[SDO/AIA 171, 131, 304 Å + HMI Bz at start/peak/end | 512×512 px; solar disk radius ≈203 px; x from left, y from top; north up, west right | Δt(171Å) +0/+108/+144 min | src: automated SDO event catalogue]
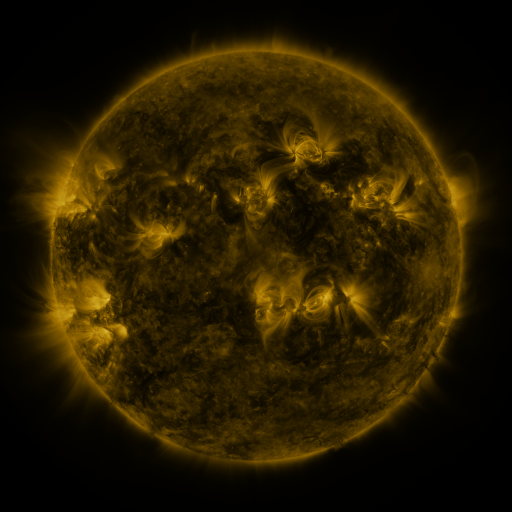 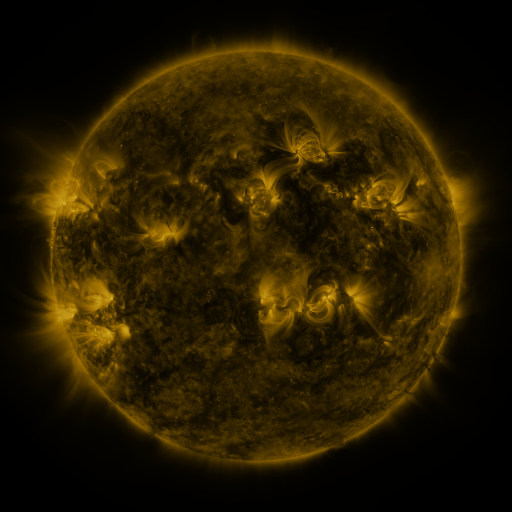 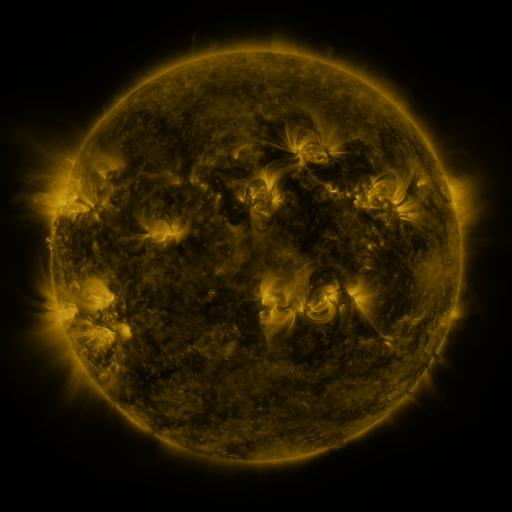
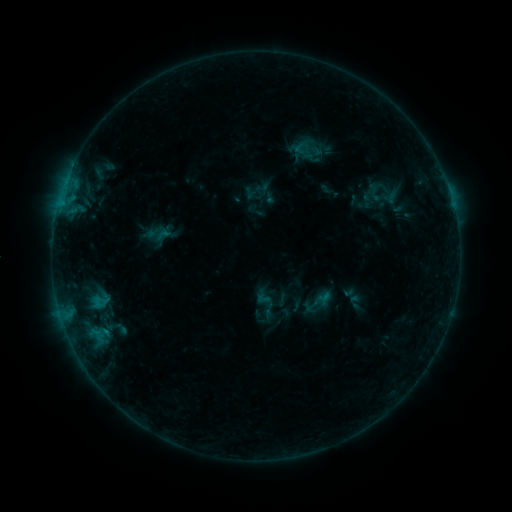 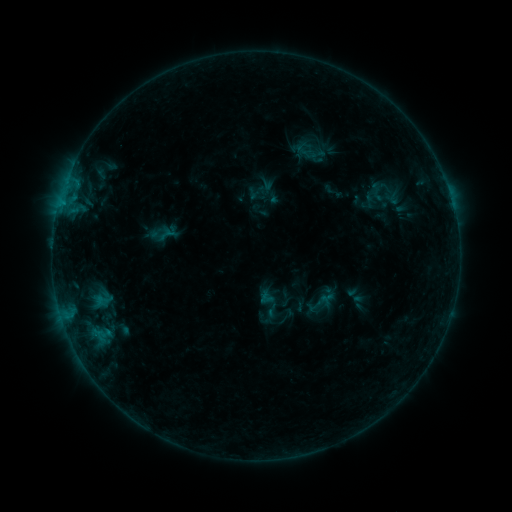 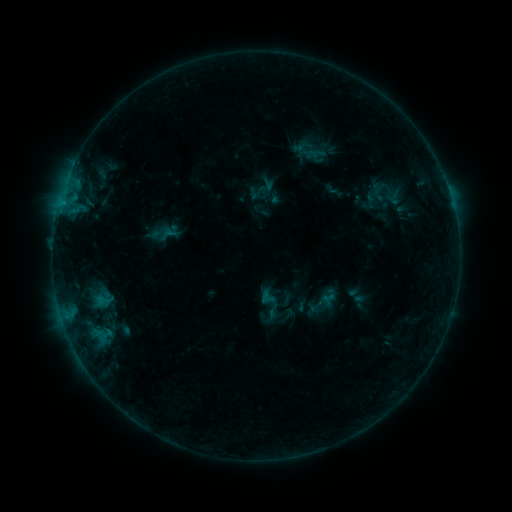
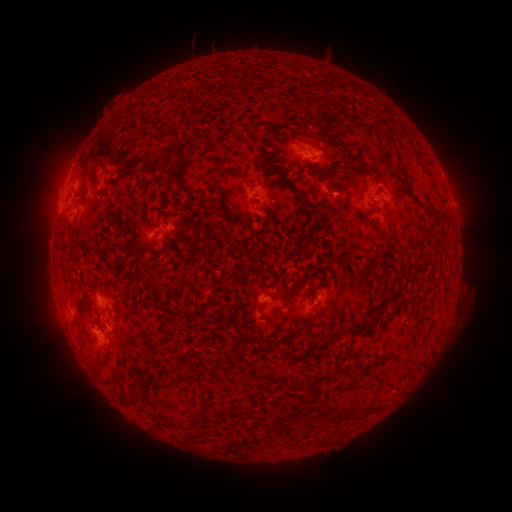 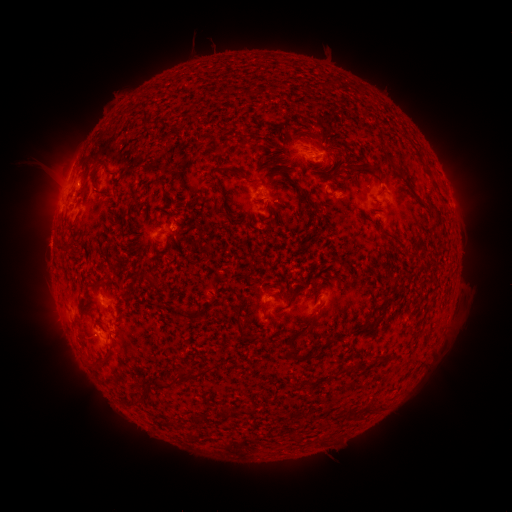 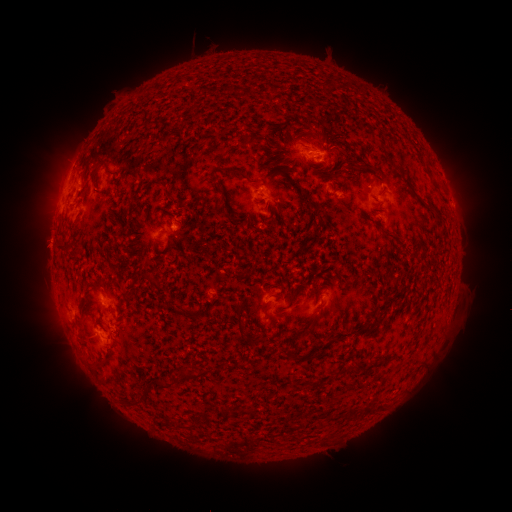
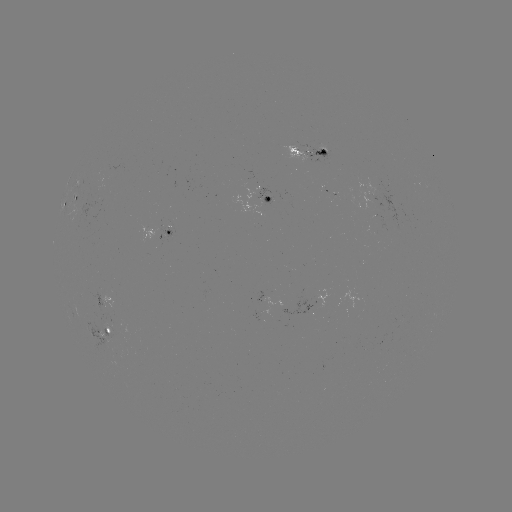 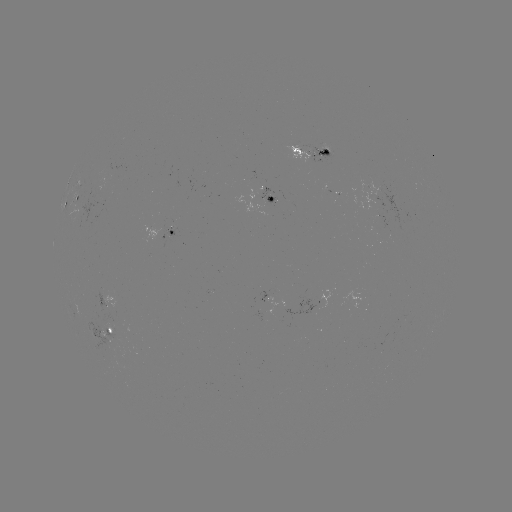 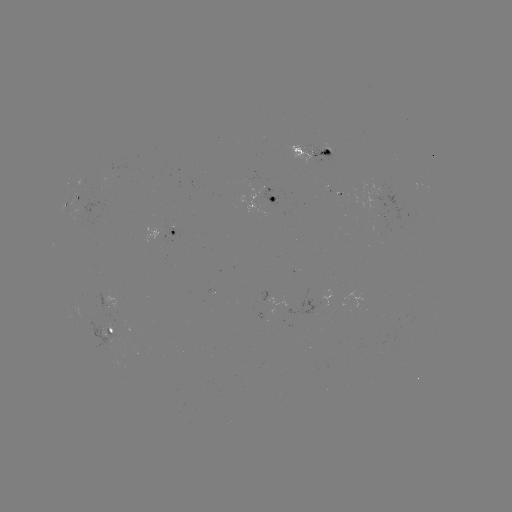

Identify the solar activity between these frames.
emerging-flux region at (103, 334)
